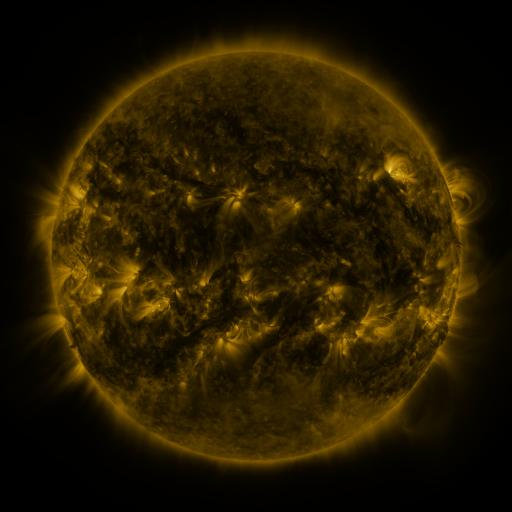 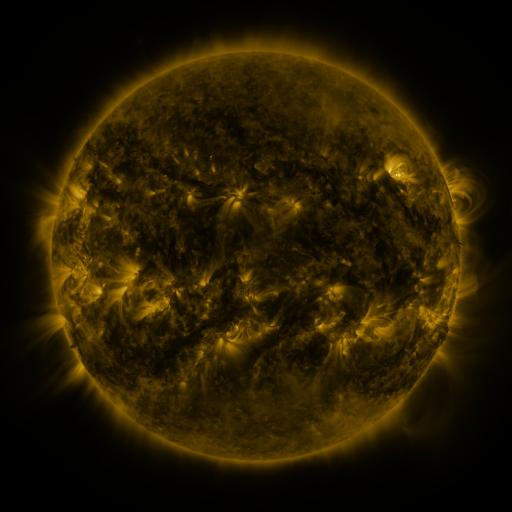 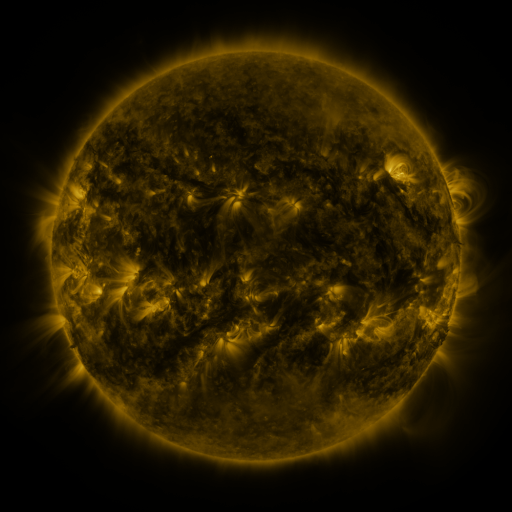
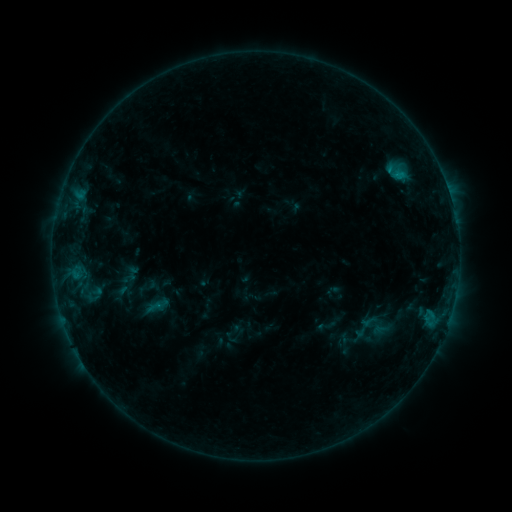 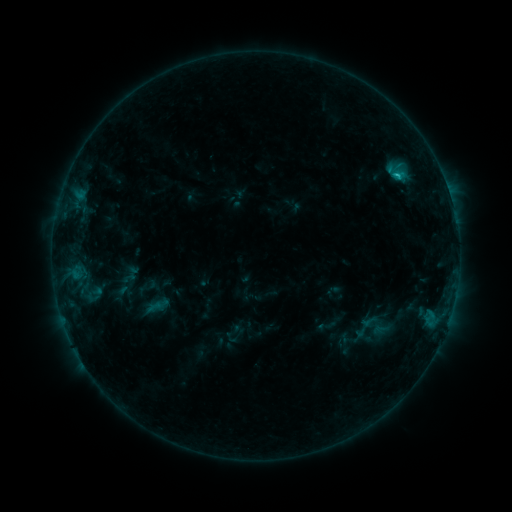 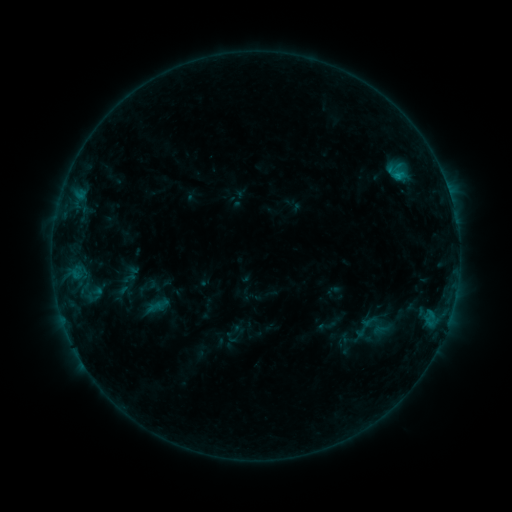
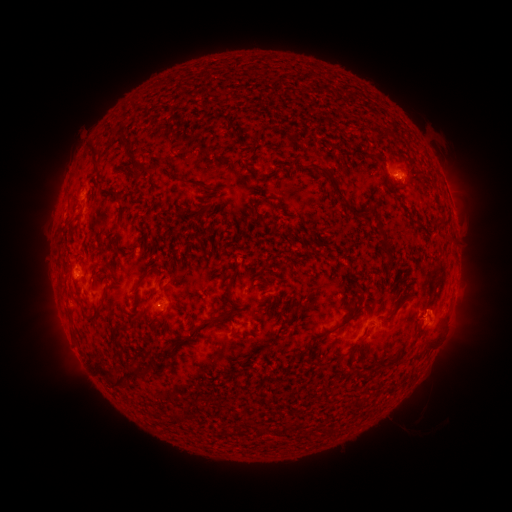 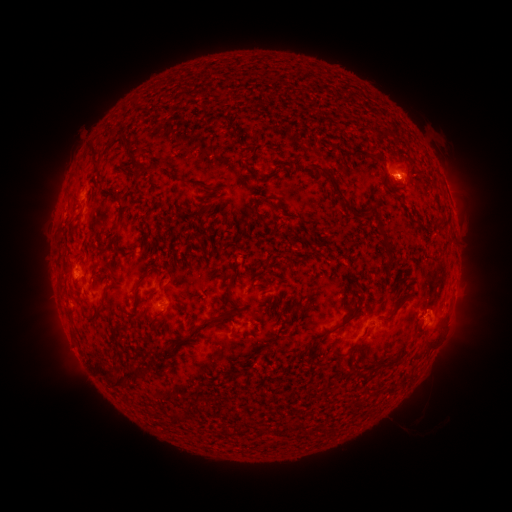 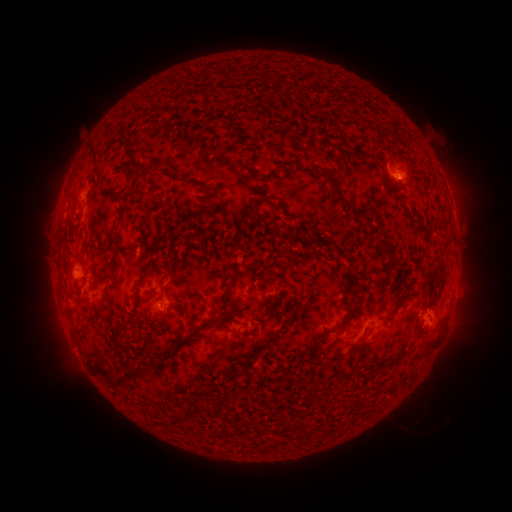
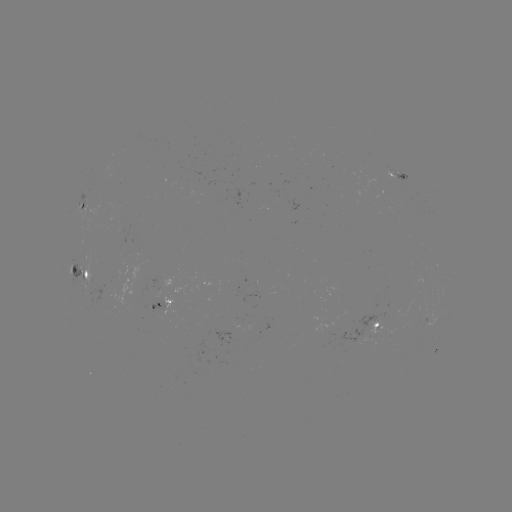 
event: flare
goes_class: B7.6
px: (395, 176)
